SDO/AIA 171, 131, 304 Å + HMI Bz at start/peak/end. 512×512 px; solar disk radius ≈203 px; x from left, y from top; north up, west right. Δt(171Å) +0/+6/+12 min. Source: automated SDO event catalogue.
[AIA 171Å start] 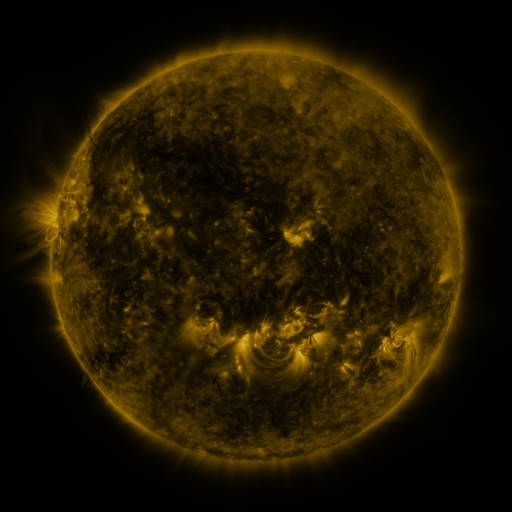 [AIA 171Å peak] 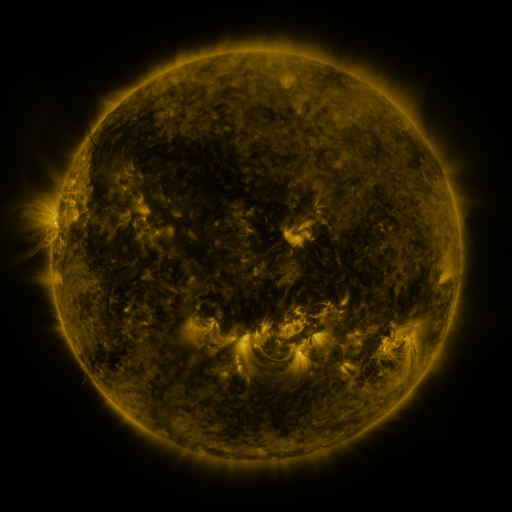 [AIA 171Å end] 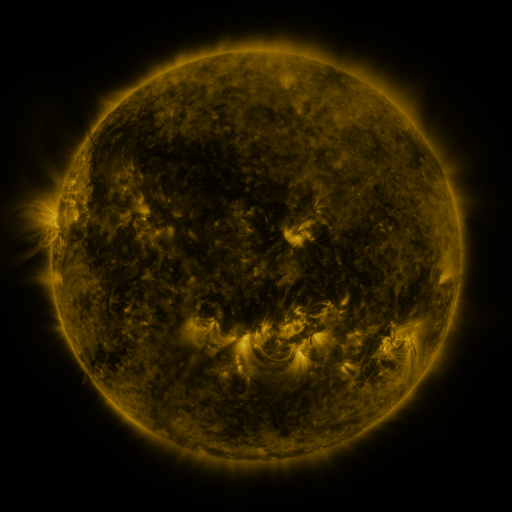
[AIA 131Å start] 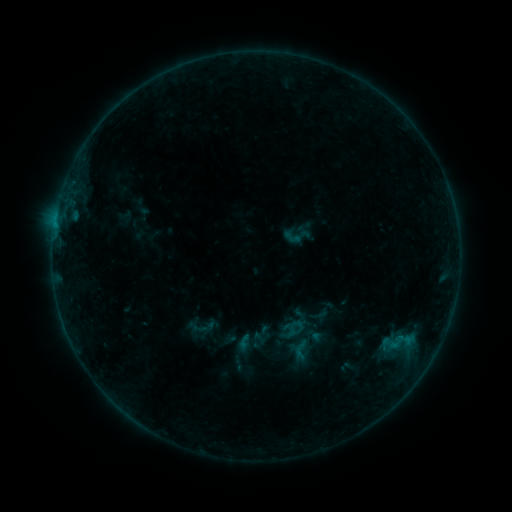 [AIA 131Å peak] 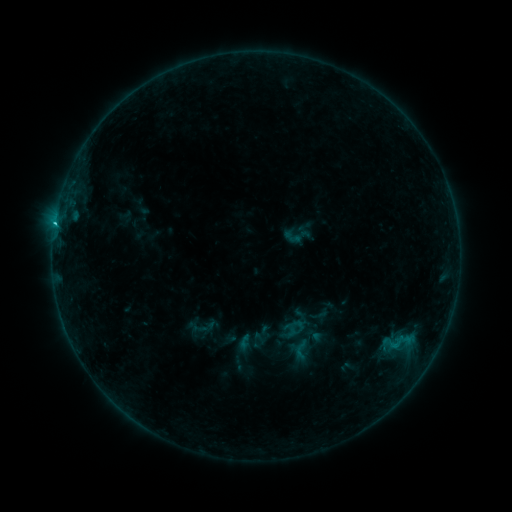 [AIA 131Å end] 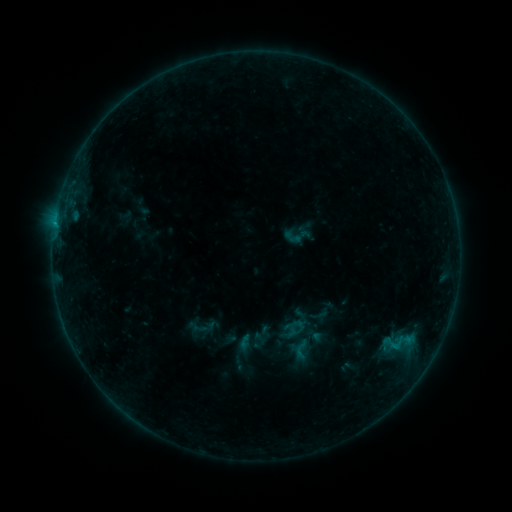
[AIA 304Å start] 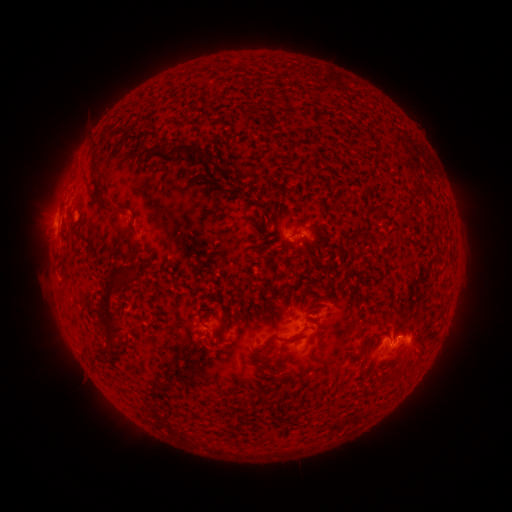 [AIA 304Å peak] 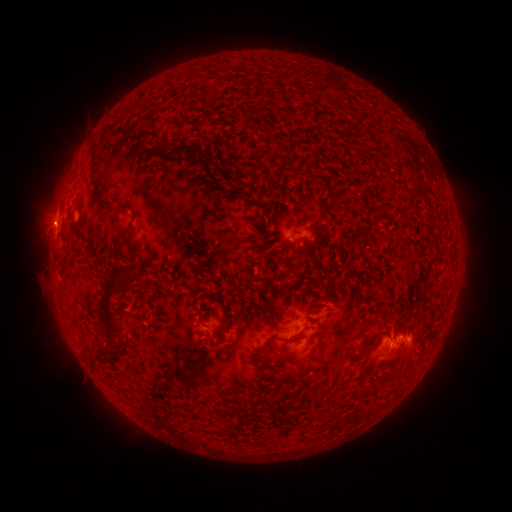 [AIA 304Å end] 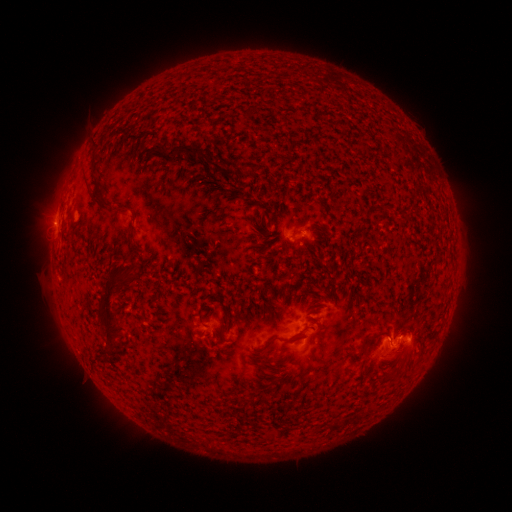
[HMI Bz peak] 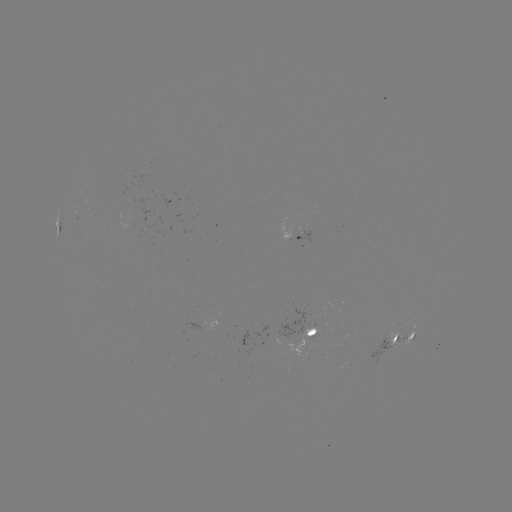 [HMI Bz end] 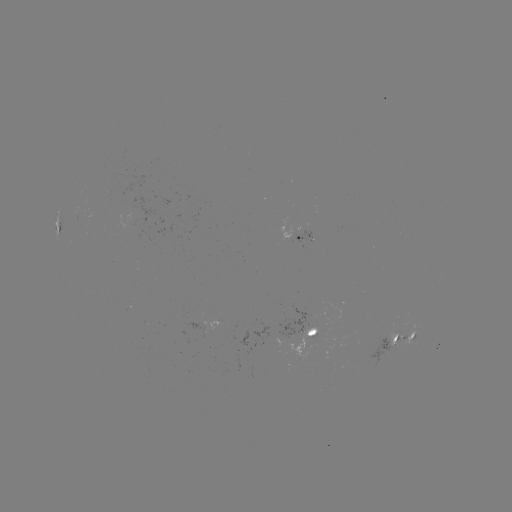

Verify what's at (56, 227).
B9.1 flare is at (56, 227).